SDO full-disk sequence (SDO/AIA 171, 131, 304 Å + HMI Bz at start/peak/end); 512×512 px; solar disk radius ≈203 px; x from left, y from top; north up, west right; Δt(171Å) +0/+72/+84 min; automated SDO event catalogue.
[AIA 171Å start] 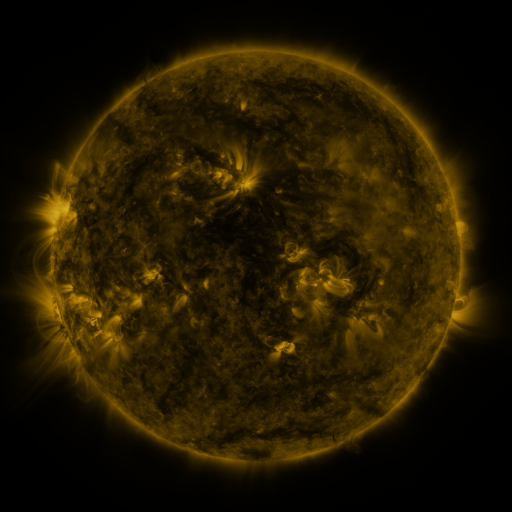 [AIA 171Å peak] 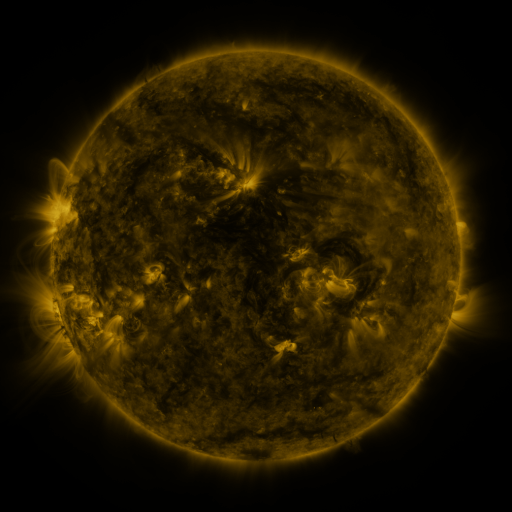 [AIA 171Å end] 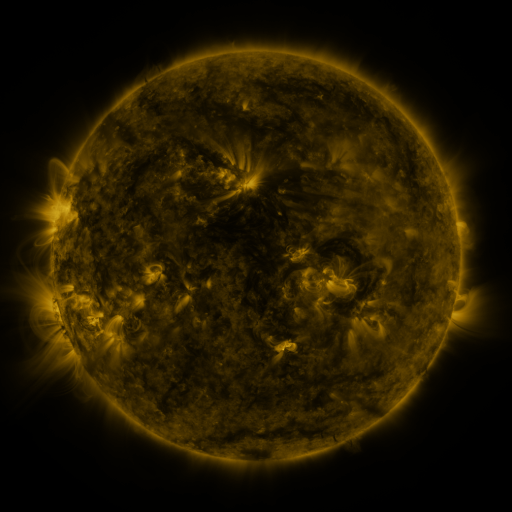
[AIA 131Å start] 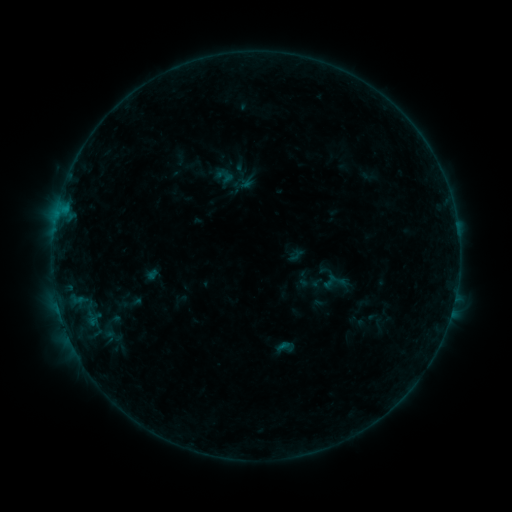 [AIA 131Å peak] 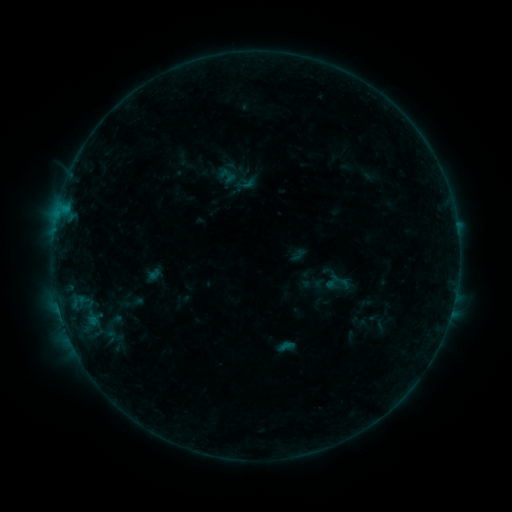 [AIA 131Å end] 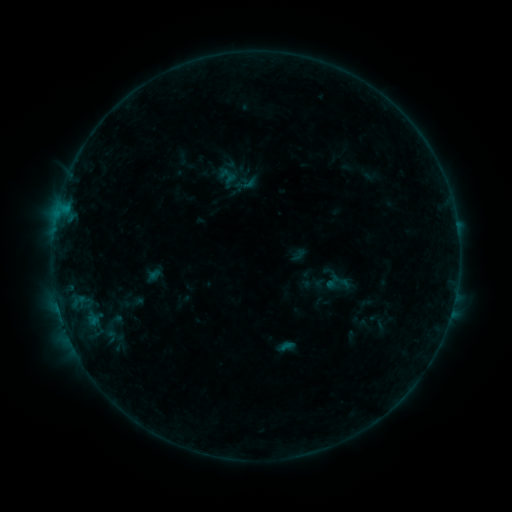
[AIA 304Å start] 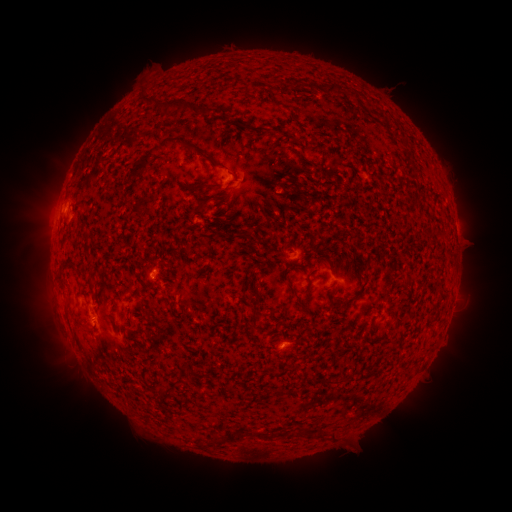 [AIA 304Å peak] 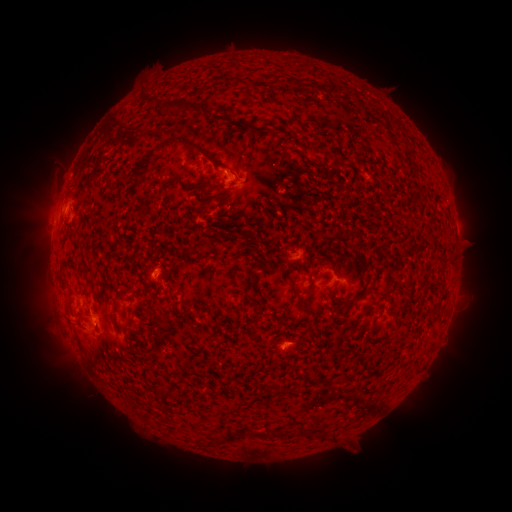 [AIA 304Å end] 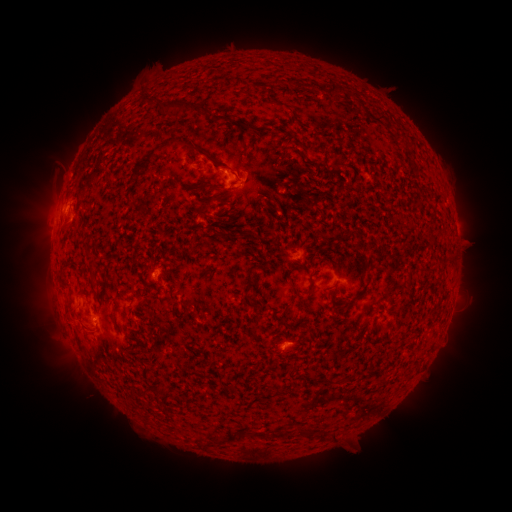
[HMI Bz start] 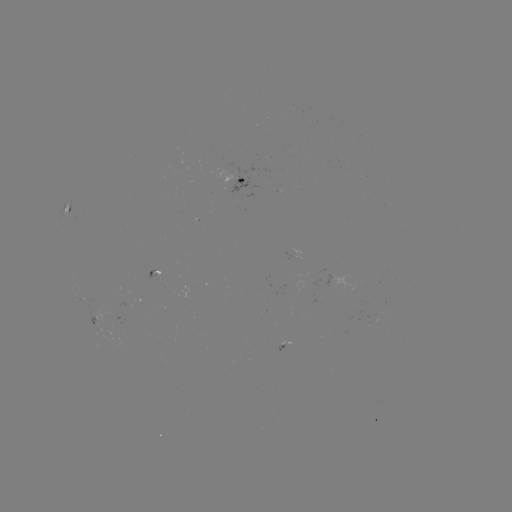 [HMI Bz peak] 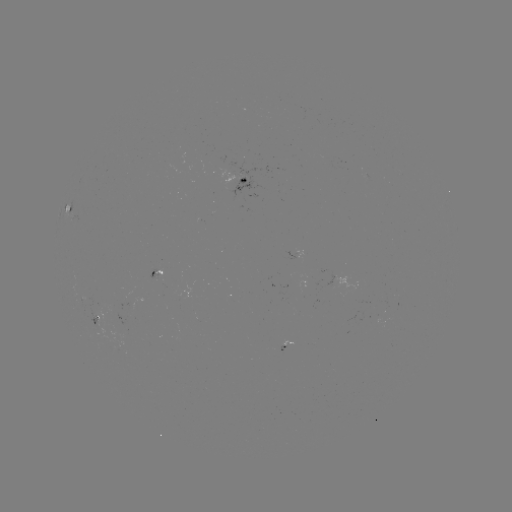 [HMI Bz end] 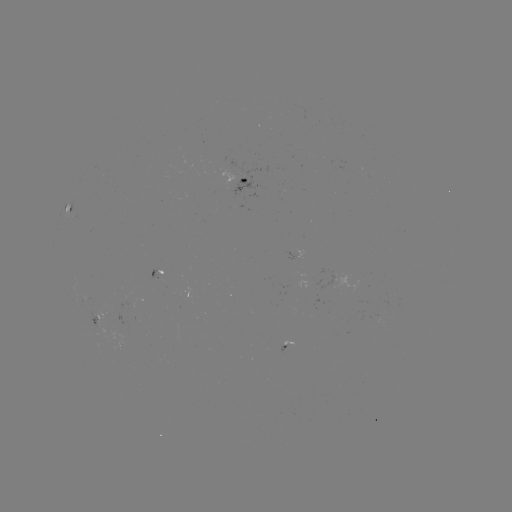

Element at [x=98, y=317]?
emerging-flux region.